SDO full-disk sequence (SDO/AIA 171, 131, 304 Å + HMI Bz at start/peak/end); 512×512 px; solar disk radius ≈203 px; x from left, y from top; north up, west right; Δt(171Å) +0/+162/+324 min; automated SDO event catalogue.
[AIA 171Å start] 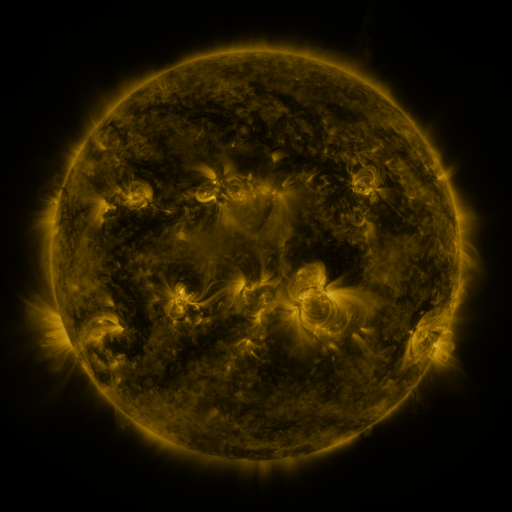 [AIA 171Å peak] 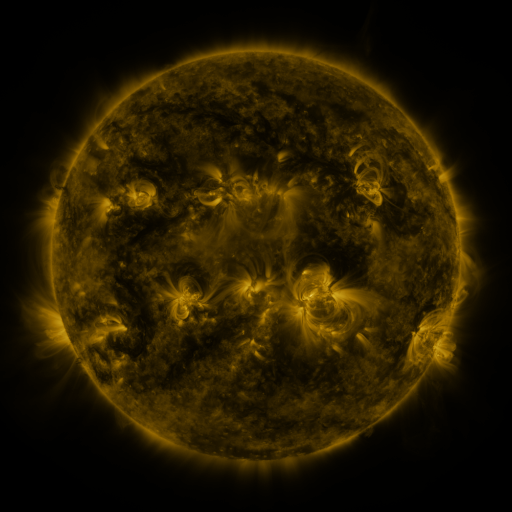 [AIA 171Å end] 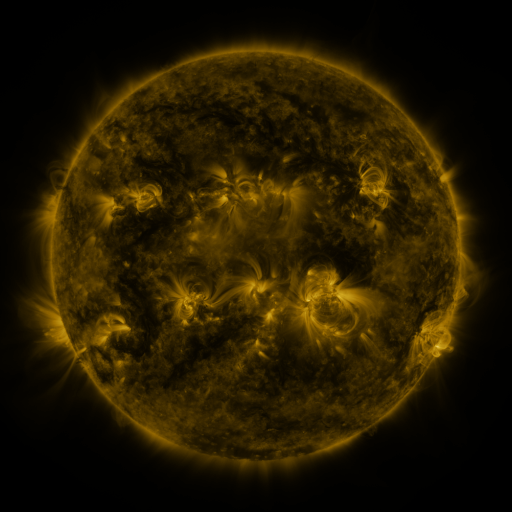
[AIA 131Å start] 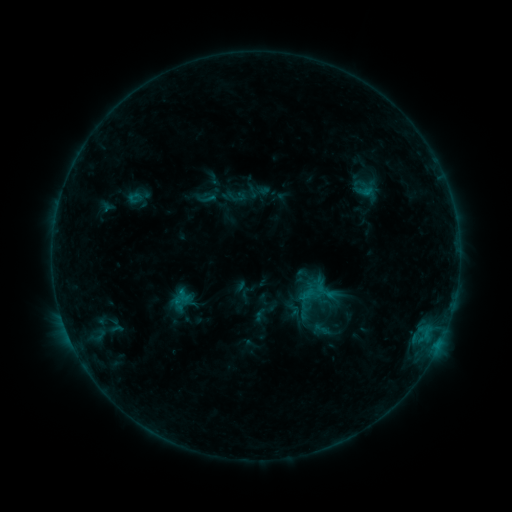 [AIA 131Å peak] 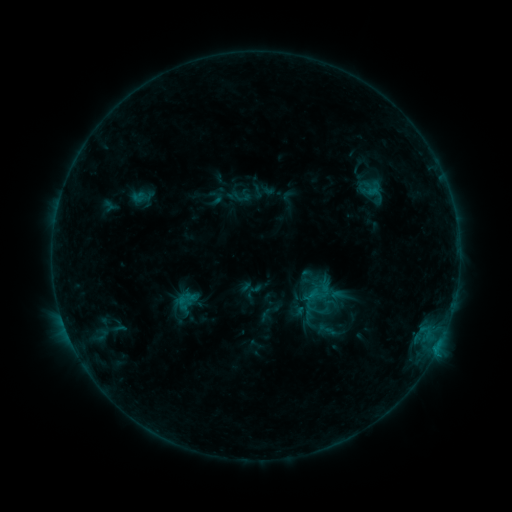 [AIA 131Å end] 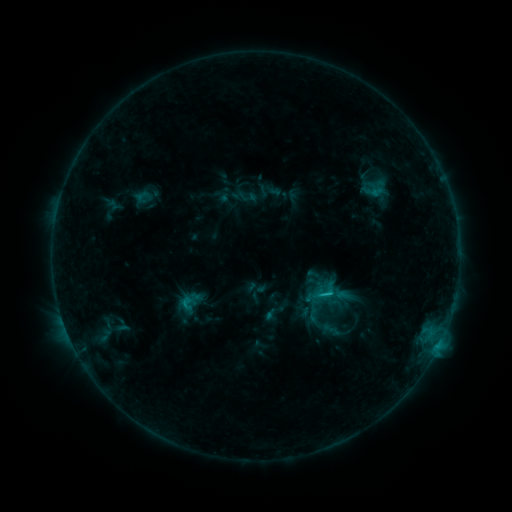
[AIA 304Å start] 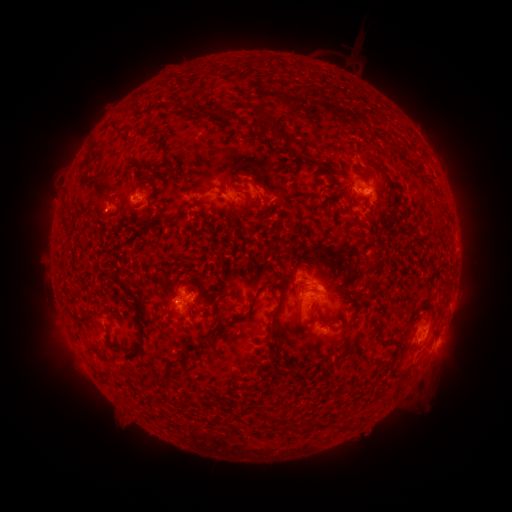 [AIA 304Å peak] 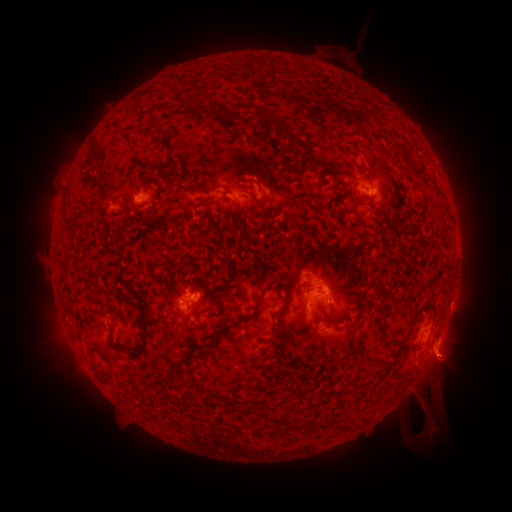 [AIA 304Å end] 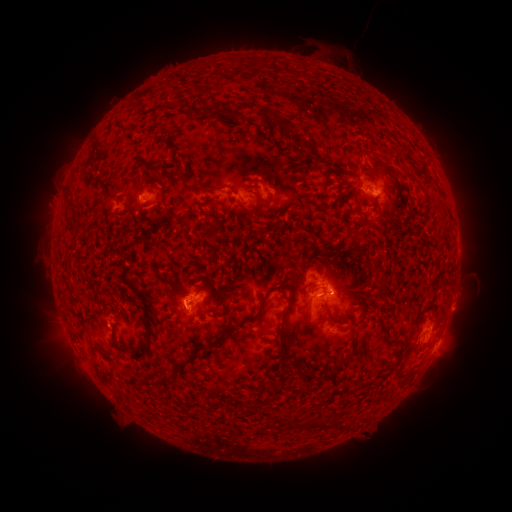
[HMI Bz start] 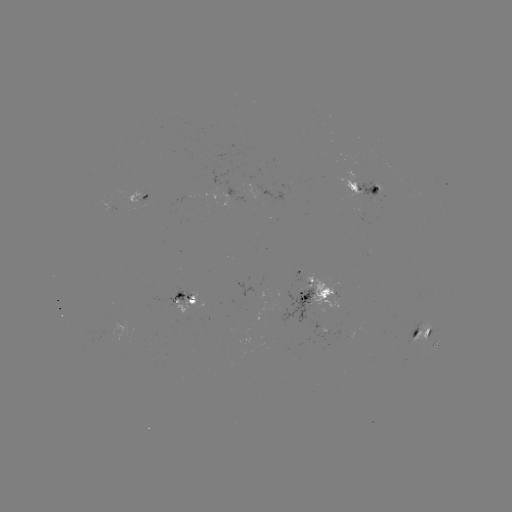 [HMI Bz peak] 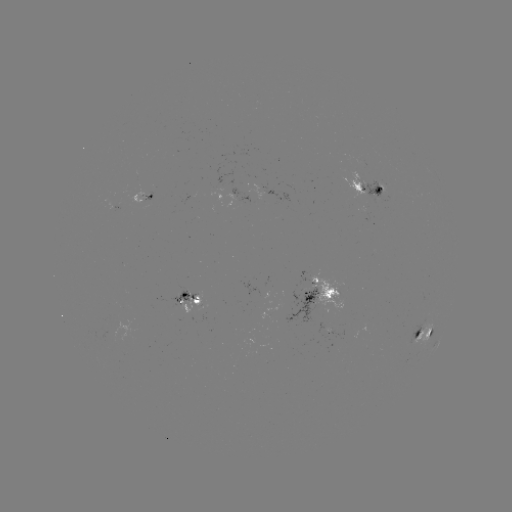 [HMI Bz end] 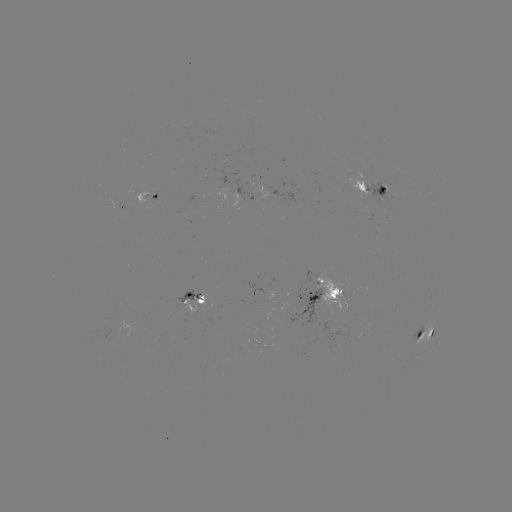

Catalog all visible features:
filament eruption: (392, 421)
